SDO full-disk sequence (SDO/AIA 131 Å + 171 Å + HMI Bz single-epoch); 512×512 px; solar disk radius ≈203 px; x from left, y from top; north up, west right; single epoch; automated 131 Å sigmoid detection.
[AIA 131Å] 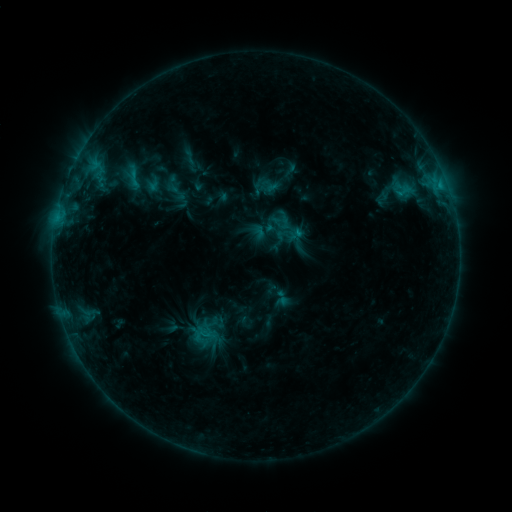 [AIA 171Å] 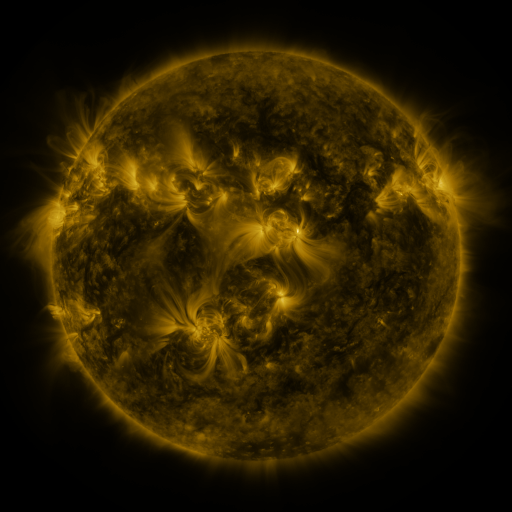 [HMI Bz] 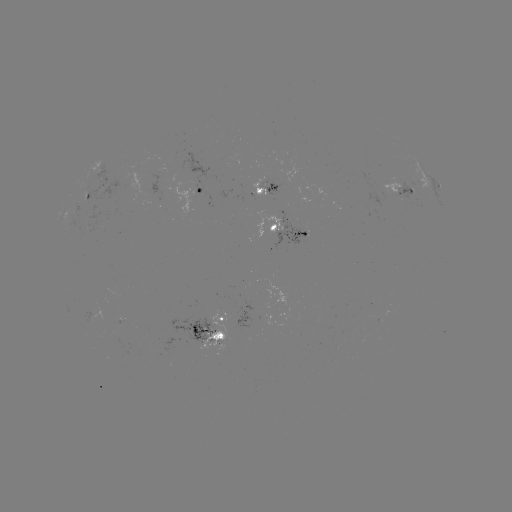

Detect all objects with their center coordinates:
sigmoid: (283, 298)
sigmoid: (202, 335)
